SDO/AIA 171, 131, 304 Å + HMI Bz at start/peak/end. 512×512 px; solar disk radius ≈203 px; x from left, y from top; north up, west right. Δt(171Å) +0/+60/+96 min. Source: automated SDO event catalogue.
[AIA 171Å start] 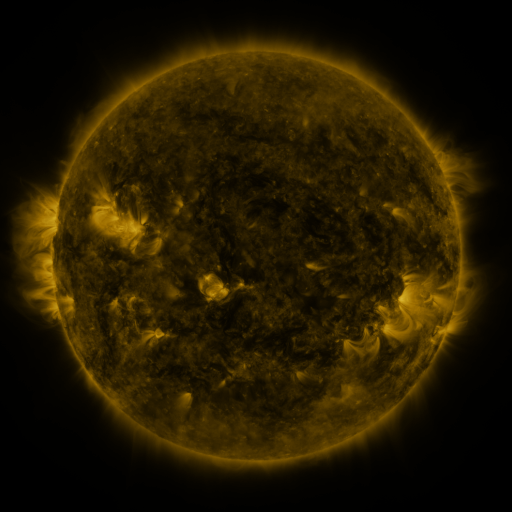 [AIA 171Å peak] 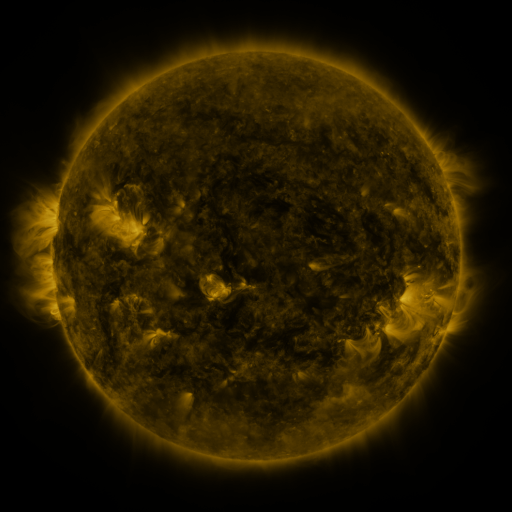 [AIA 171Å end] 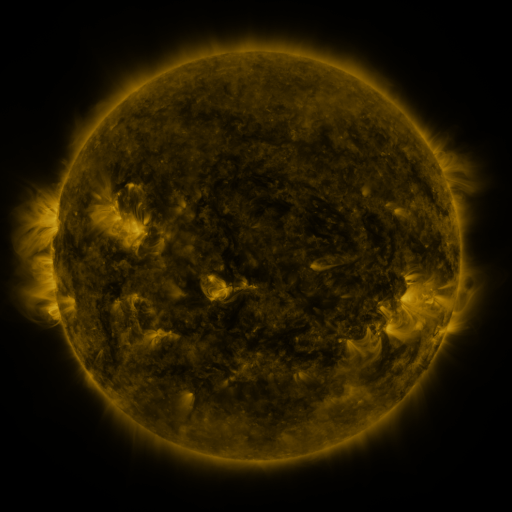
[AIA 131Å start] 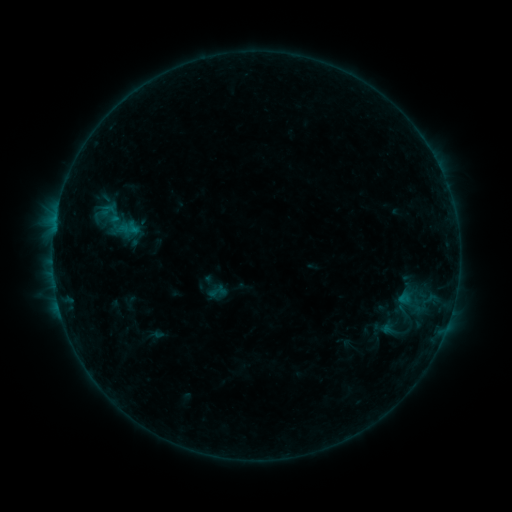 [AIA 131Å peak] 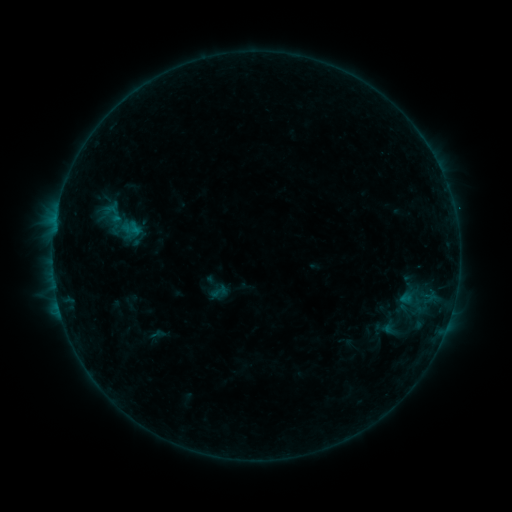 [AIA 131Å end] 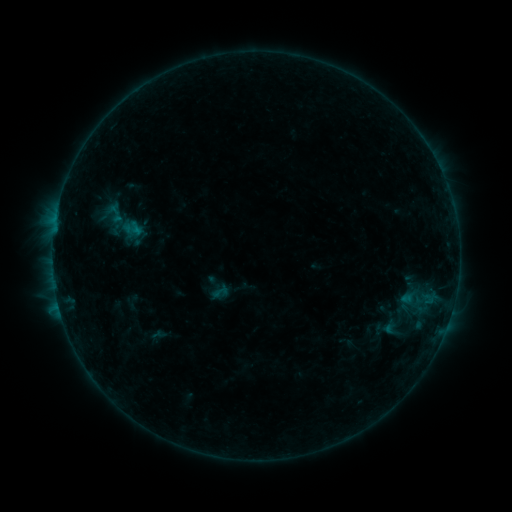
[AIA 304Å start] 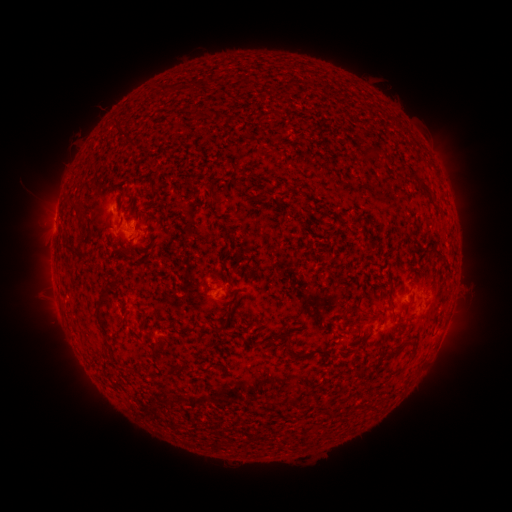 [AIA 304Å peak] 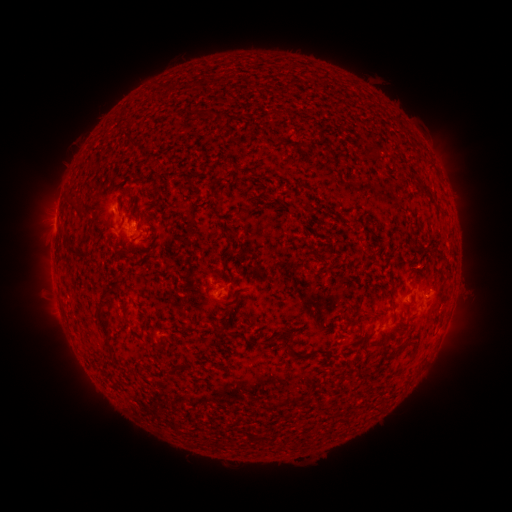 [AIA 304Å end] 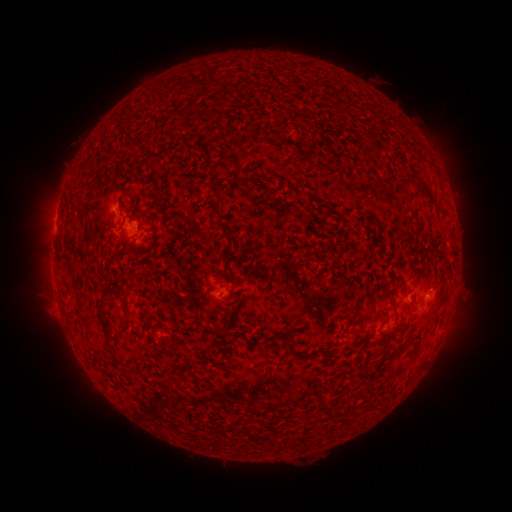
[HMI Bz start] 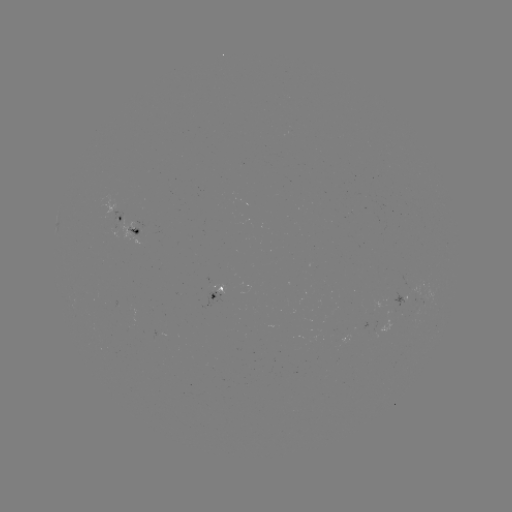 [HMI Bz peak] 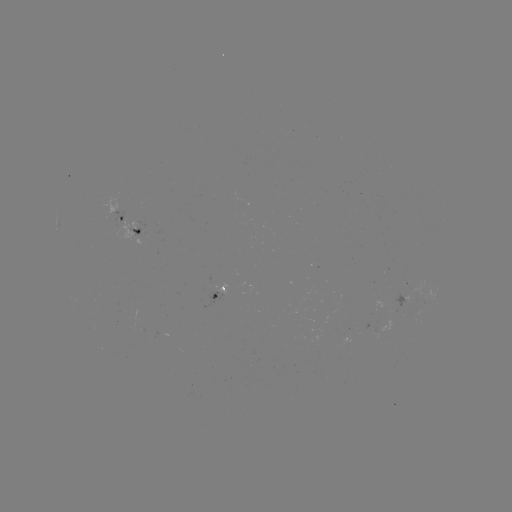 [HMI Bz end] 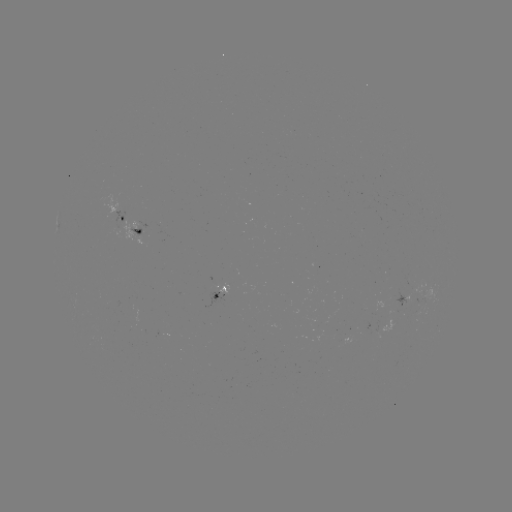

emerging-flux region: <bbox>416, 300, 425, 313</bbox>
